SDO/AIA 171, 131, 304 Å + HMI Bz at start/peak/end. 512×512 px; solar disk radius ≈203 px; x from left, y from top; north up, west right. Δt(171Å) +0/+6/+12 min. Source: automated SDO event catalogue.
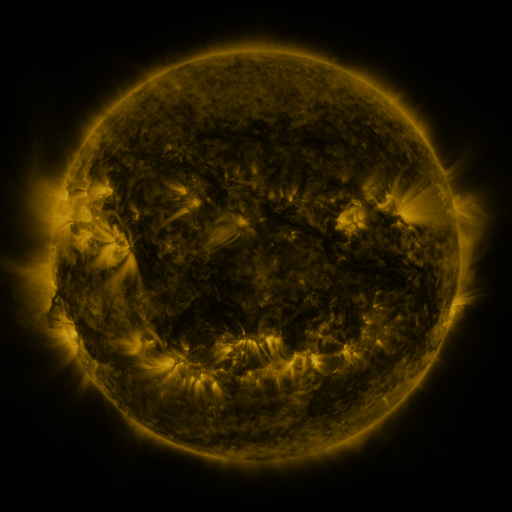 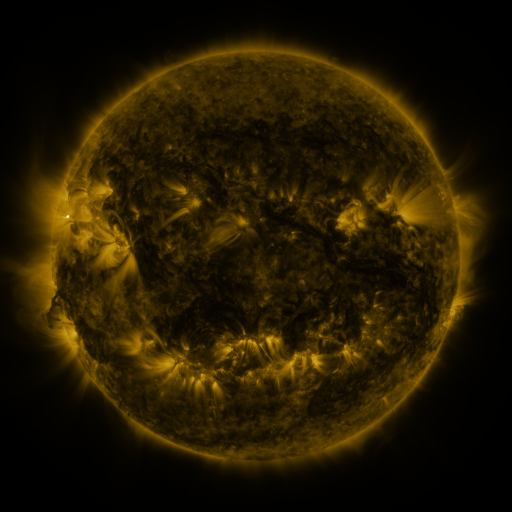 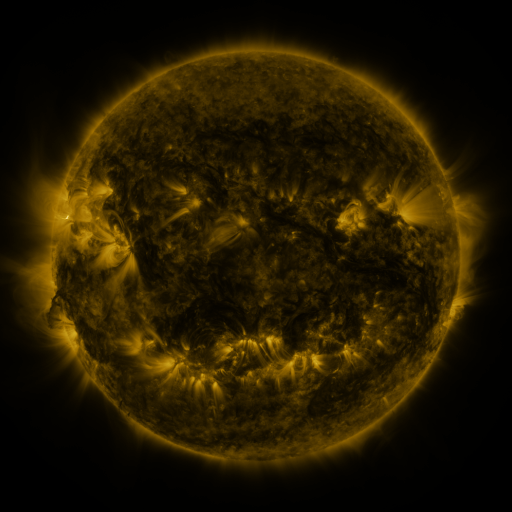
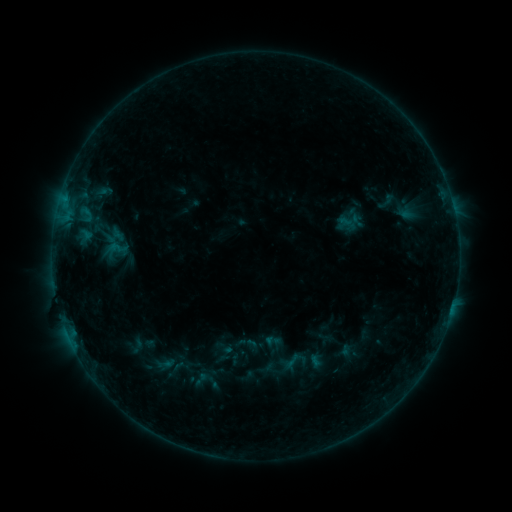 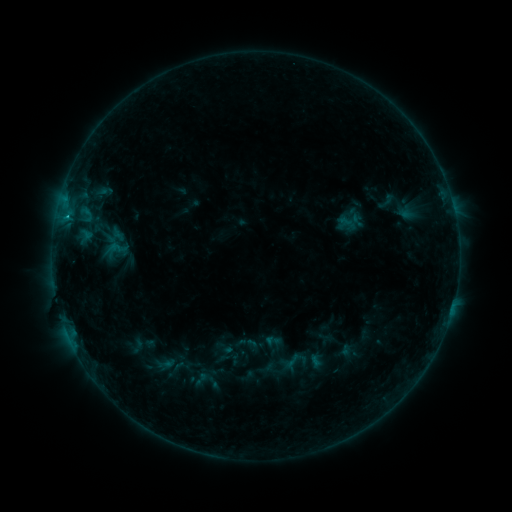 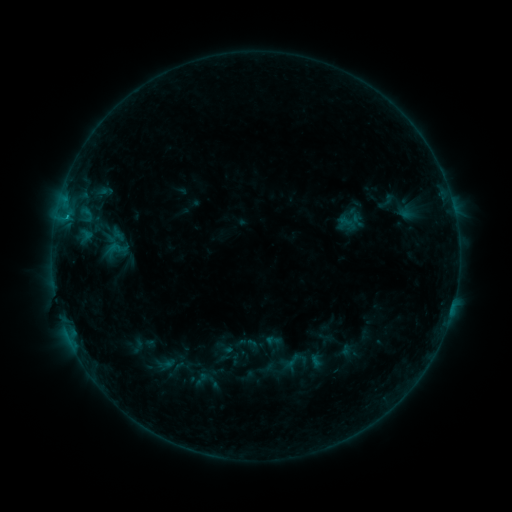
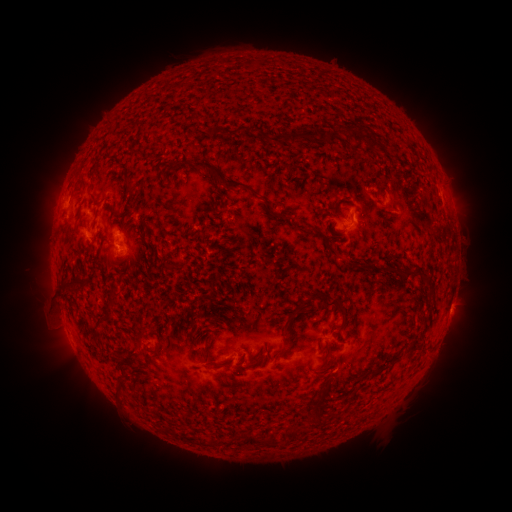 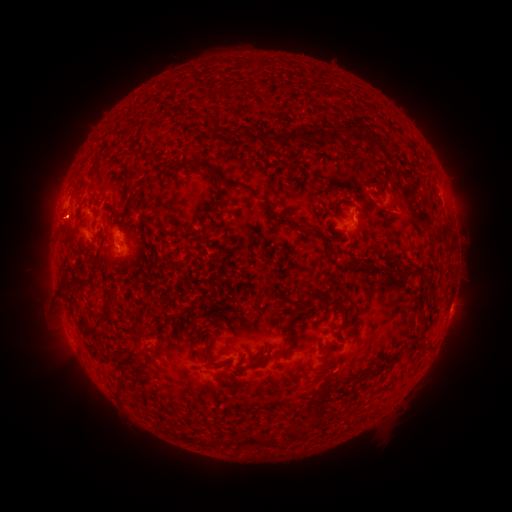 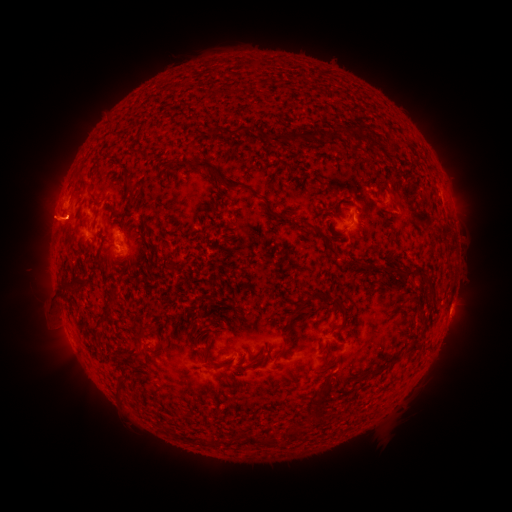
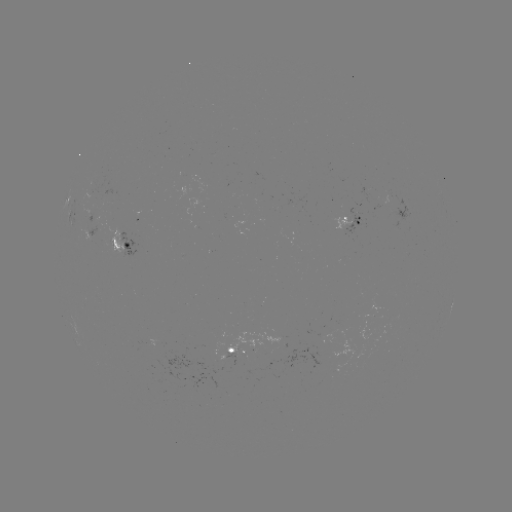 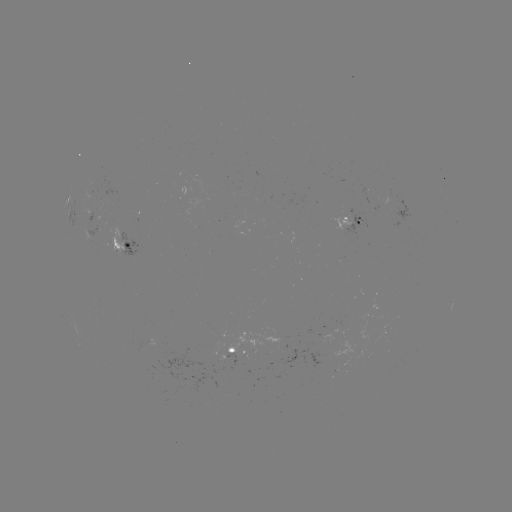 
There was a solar flare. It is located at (67, 218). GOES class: B6.3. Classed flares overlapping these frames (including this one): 1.